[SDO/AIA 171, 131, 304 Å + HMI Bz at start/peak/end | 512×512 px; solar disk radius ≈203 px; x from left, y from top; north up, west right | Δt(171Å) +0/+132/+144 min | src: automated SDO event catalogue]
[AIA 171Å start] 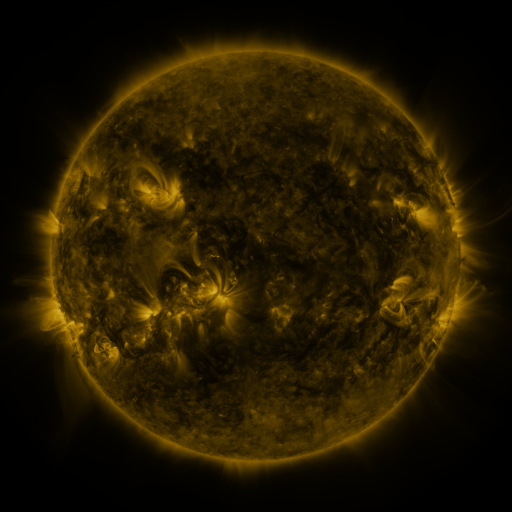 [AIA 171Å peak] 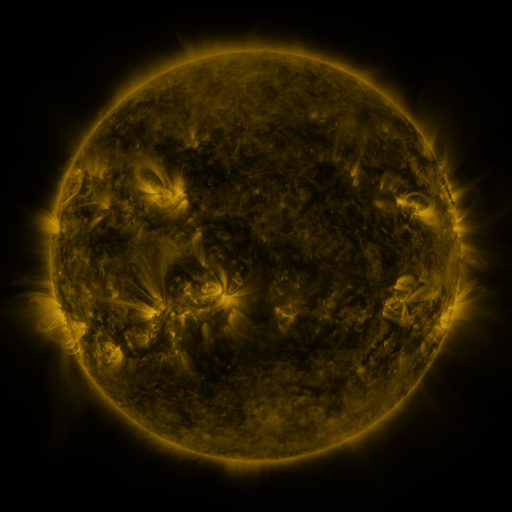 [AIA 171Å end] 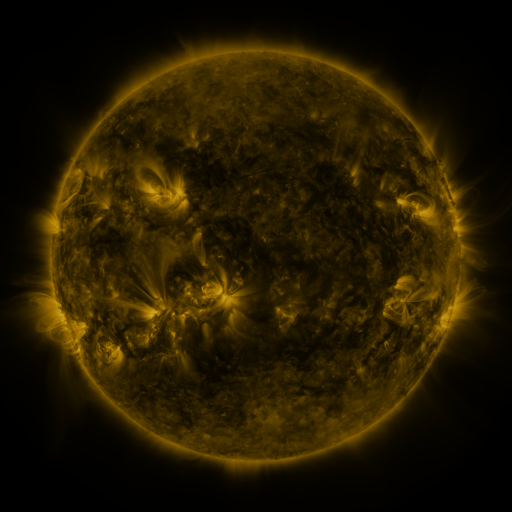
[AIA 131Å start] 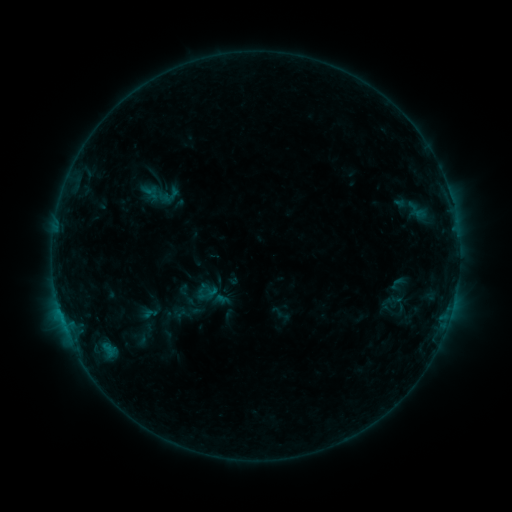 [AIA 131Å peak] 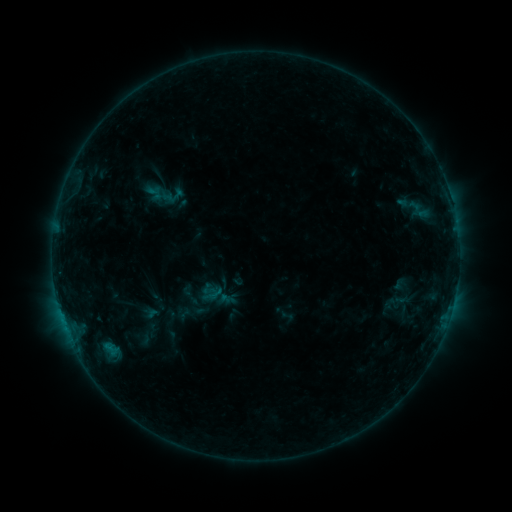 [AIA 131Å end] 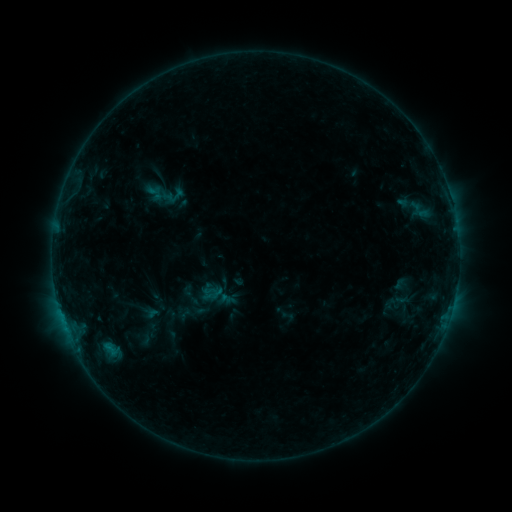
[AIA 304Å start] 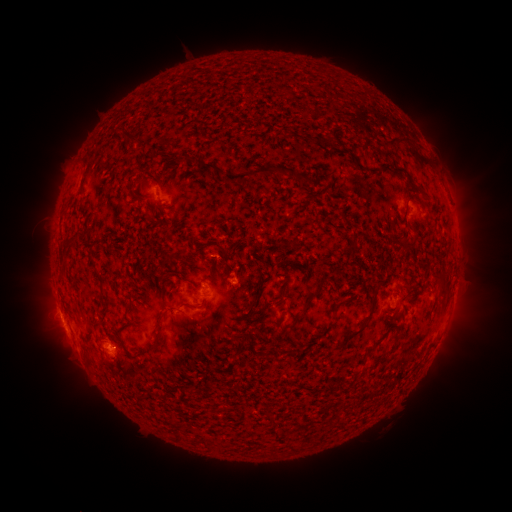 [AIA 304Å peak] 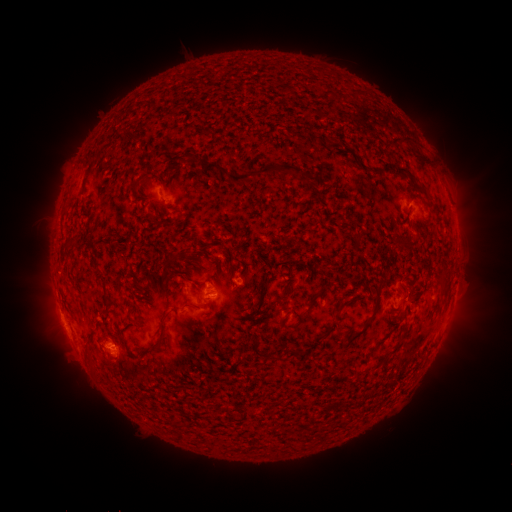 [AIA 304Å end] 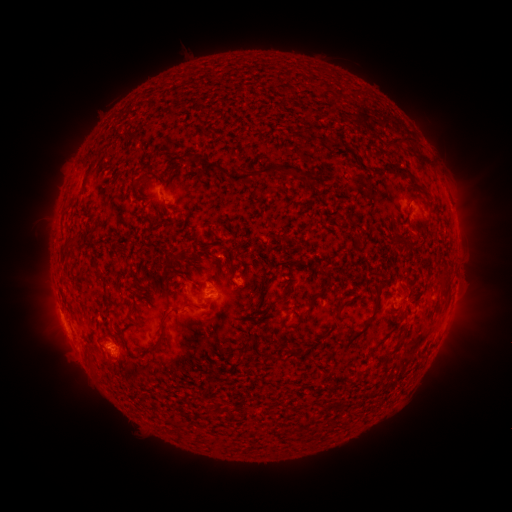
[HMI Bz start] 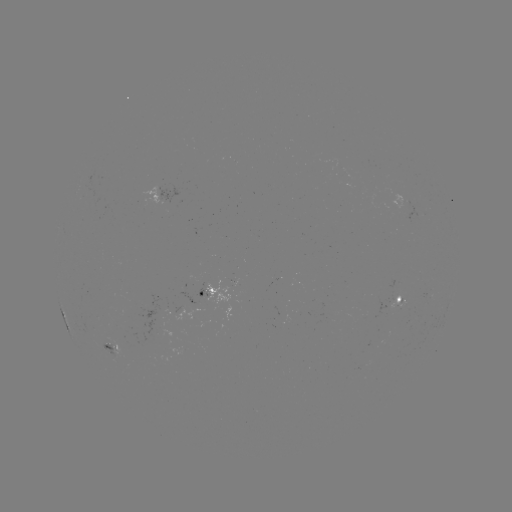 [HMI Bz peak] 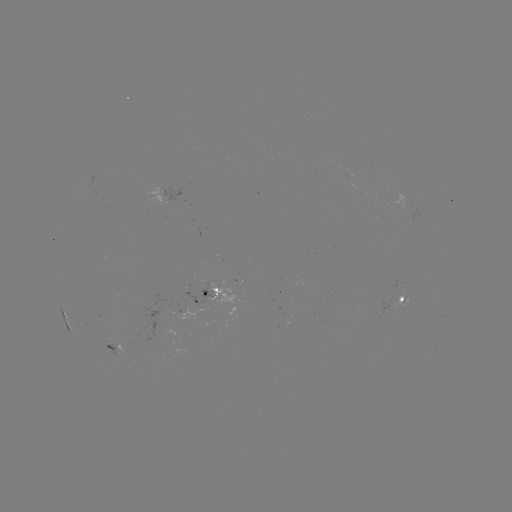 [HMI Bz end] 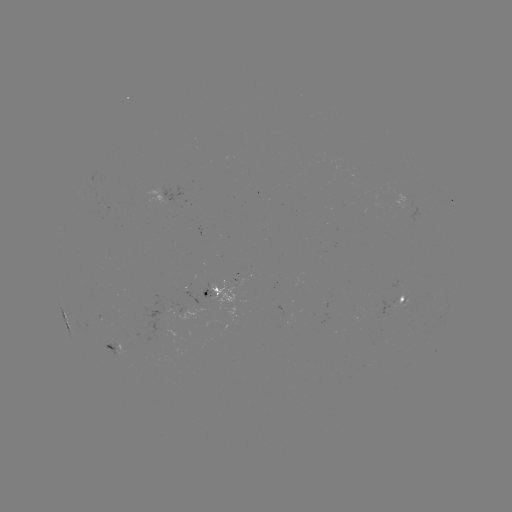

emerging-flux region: <bbox>193, 276, 210, 299</bbox>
